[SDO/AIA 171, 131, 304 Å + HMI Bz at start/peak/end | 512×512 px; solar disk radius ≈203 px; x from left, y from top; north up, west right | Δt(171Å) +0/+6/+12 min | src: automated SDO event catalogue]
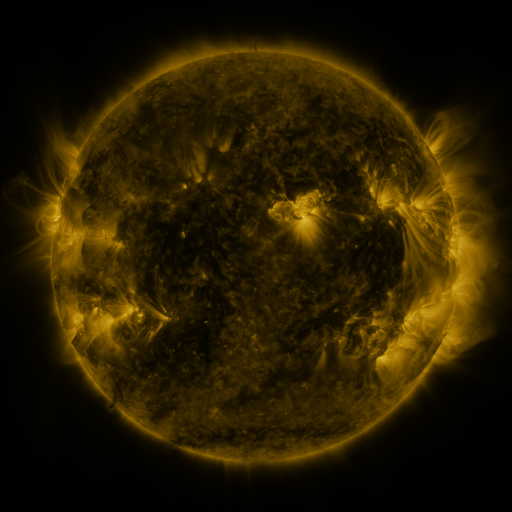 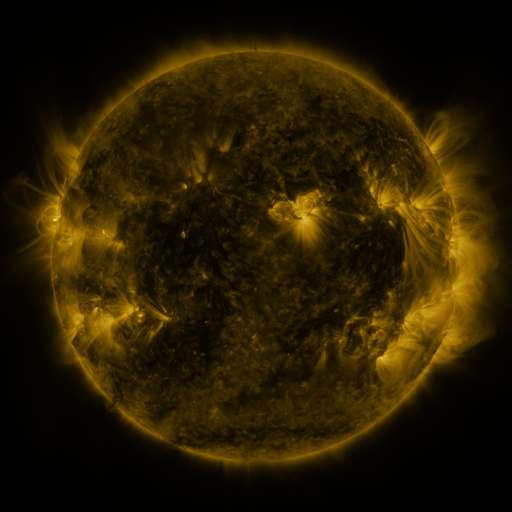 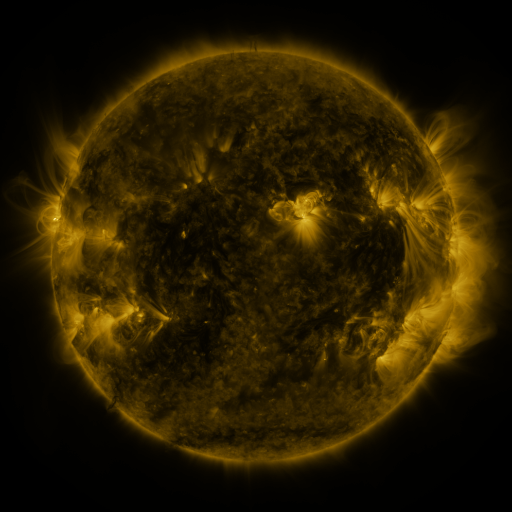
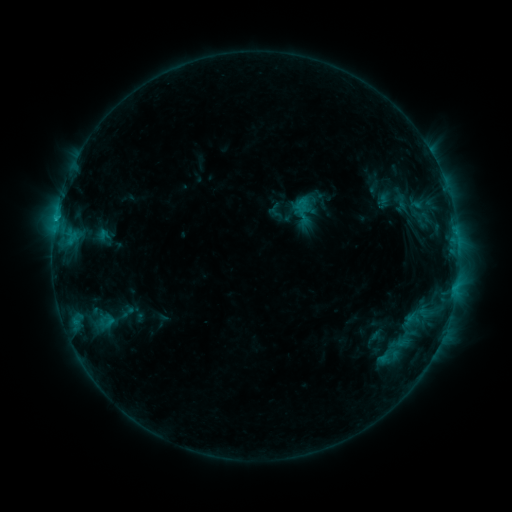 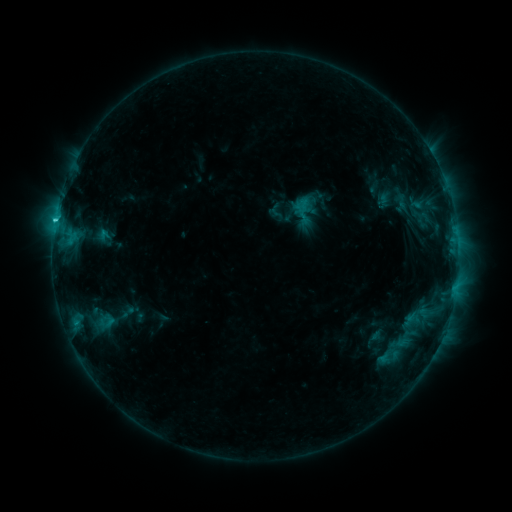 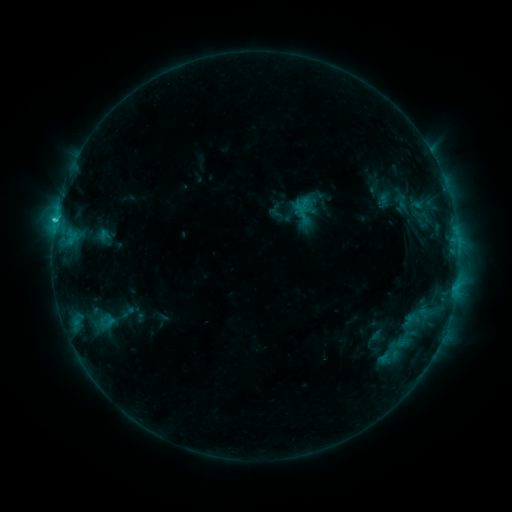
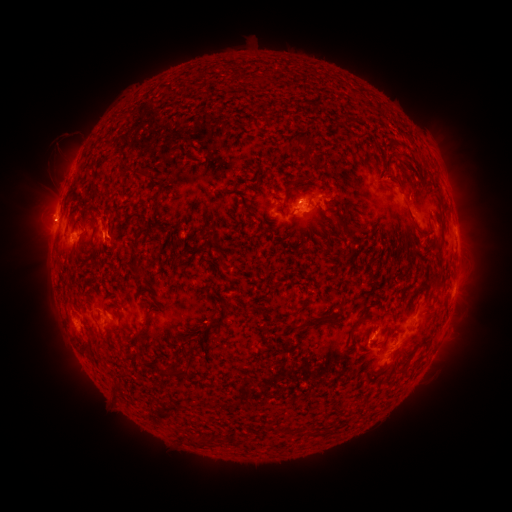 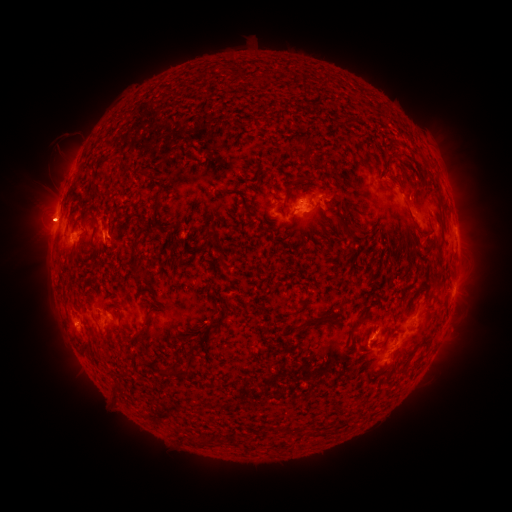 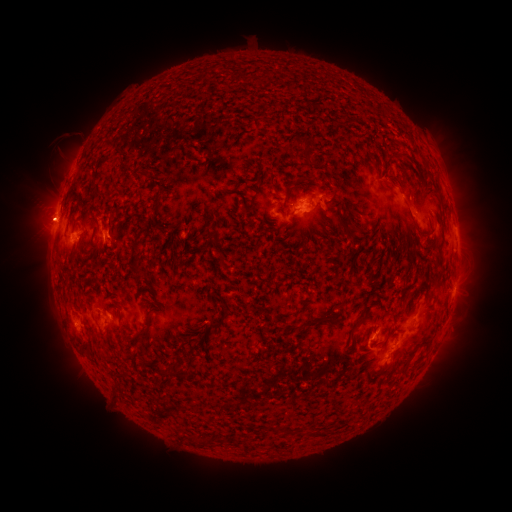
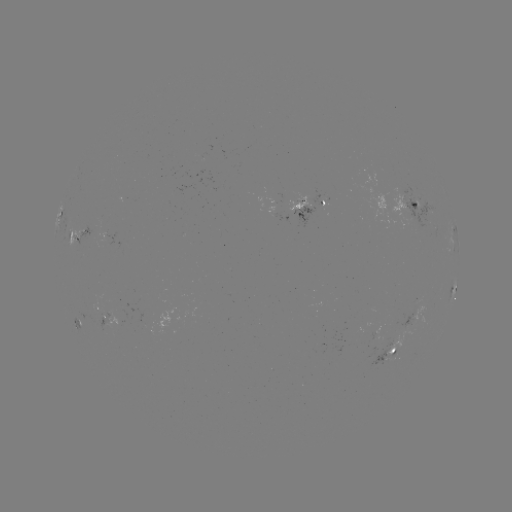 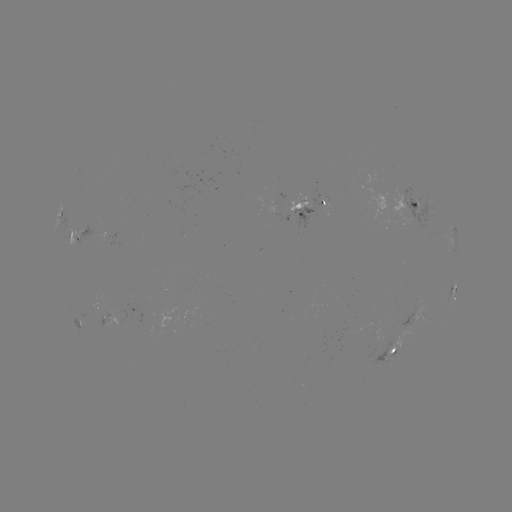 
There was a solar eruption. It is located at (44, 220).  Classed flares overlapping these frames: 1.